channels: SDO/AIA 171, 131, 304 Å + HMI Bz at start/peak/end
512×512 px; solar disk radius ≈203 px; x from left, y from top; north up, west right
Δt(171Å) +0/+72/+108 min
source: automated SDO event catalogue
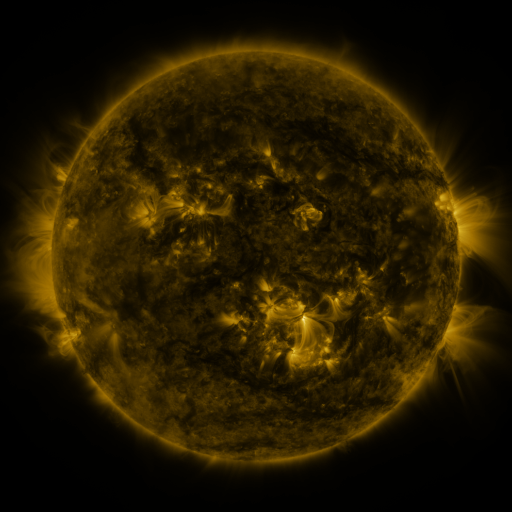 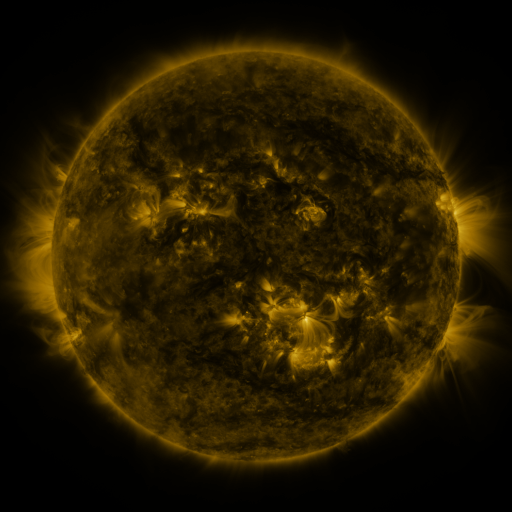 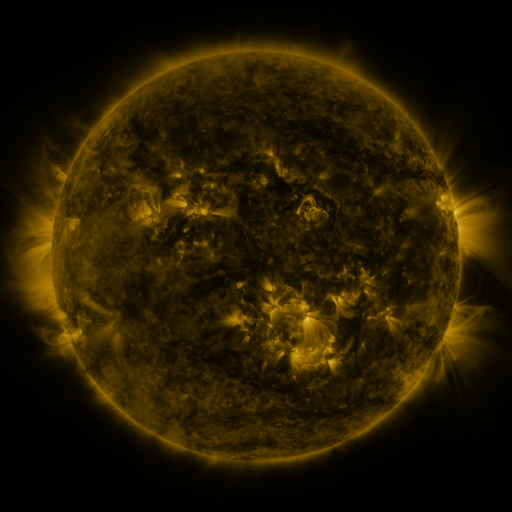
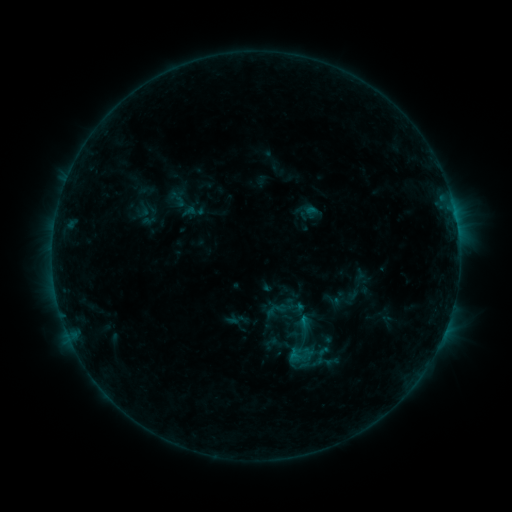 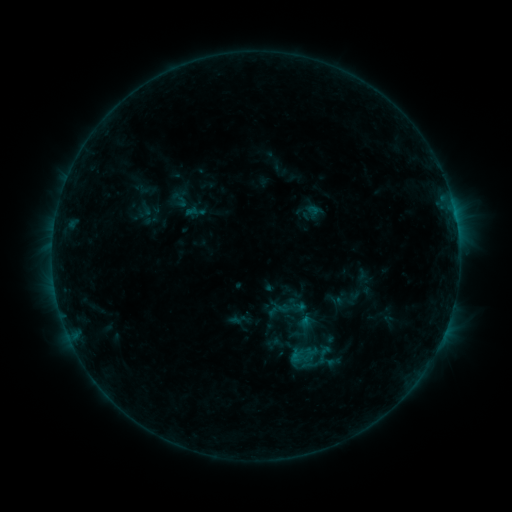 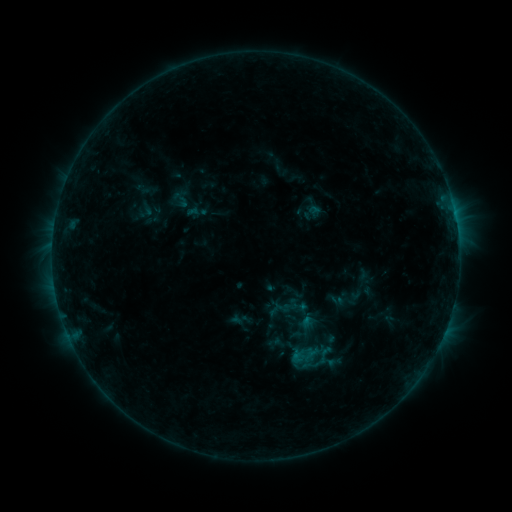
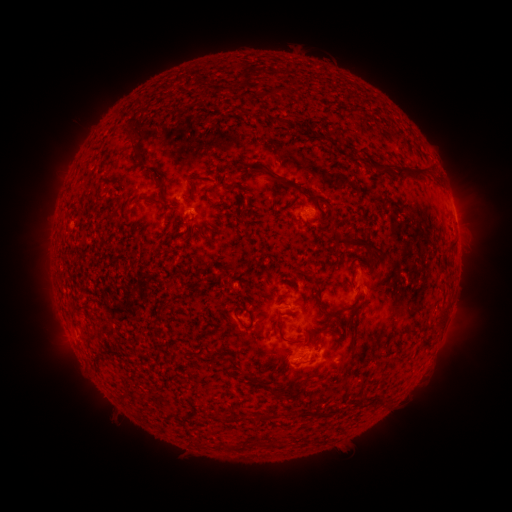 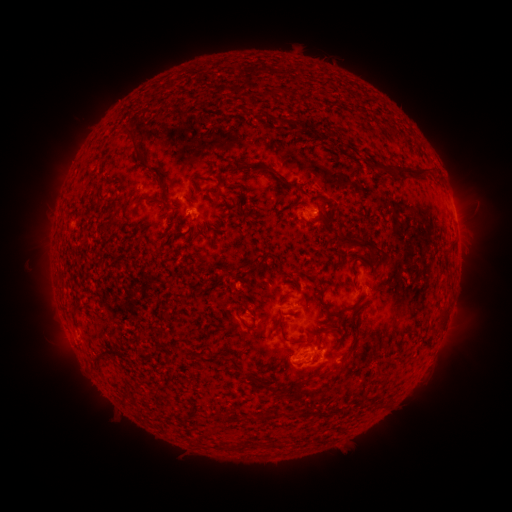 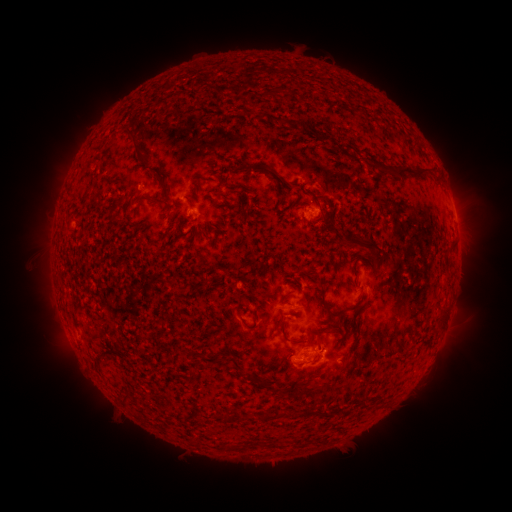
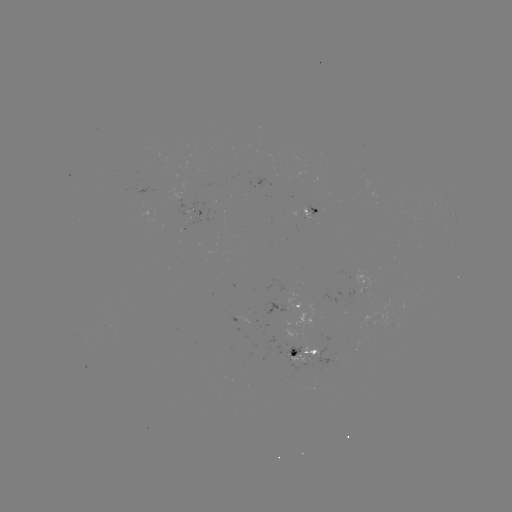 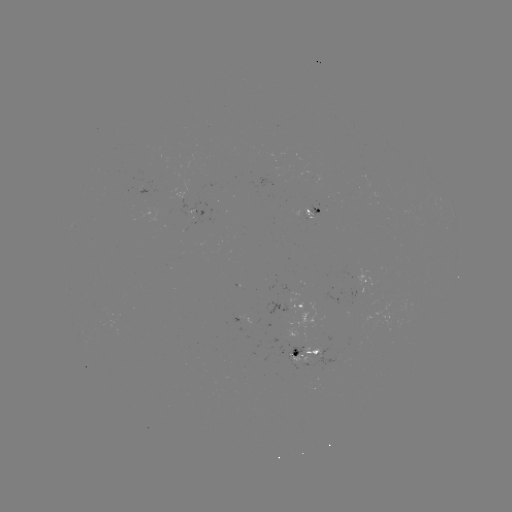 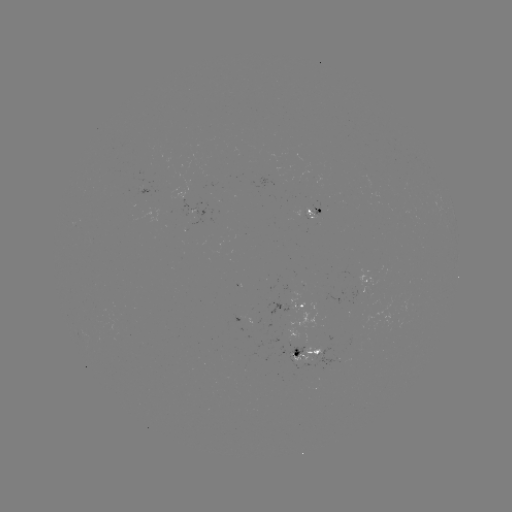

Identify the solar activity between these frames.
emerging-flux region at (143, 188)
